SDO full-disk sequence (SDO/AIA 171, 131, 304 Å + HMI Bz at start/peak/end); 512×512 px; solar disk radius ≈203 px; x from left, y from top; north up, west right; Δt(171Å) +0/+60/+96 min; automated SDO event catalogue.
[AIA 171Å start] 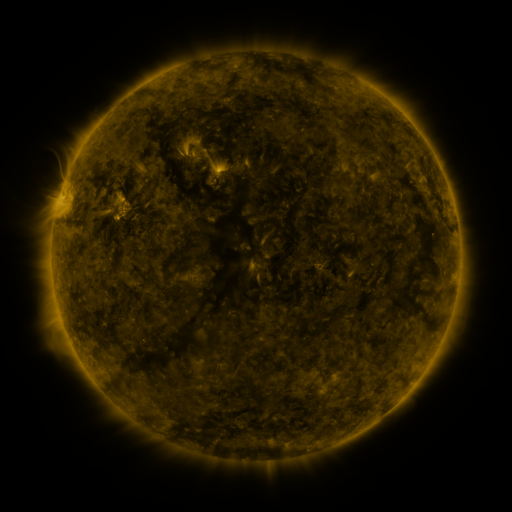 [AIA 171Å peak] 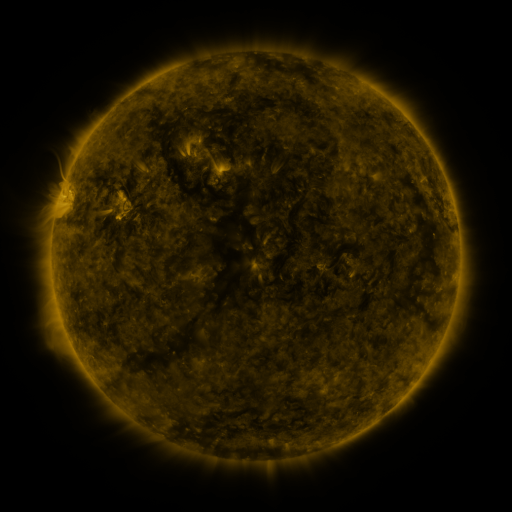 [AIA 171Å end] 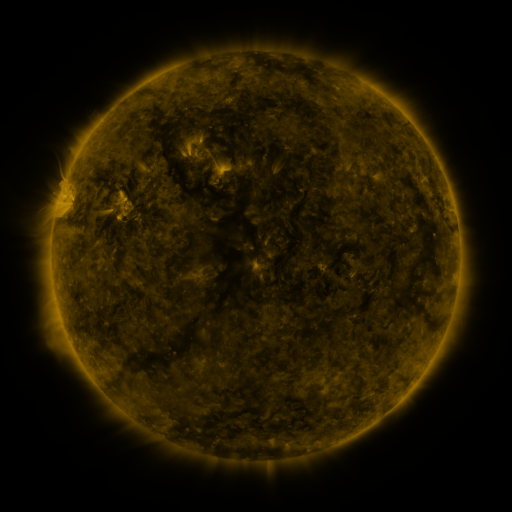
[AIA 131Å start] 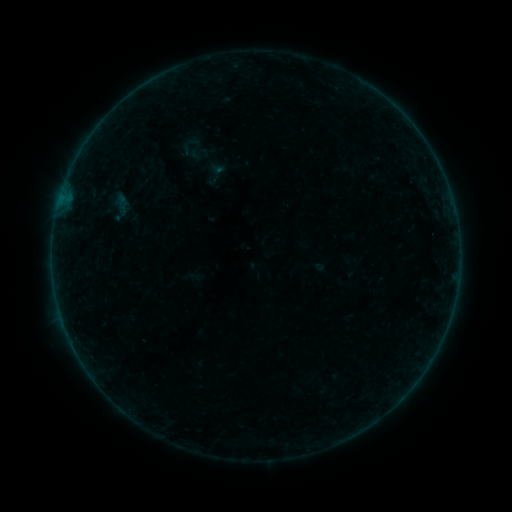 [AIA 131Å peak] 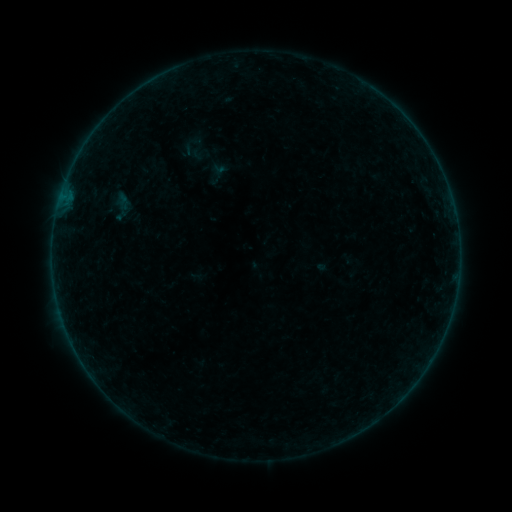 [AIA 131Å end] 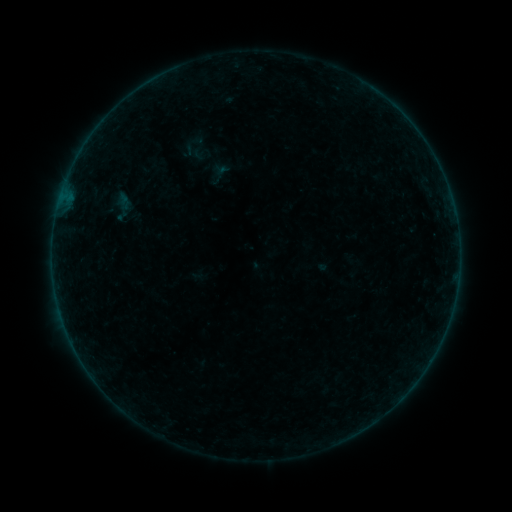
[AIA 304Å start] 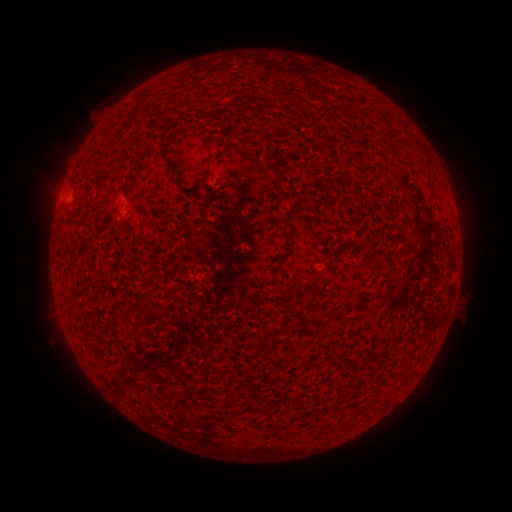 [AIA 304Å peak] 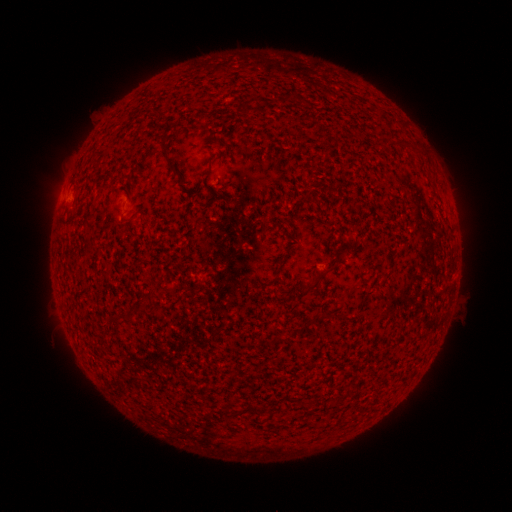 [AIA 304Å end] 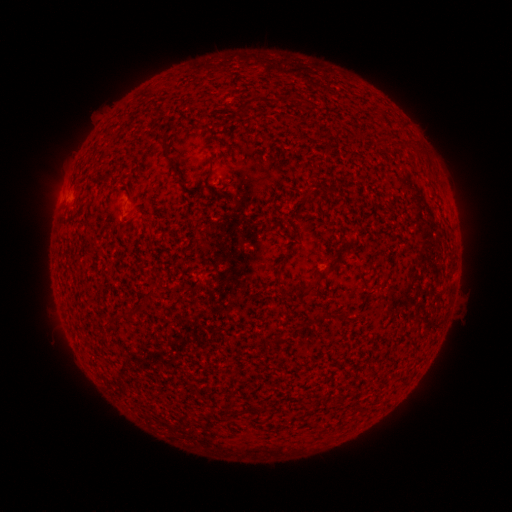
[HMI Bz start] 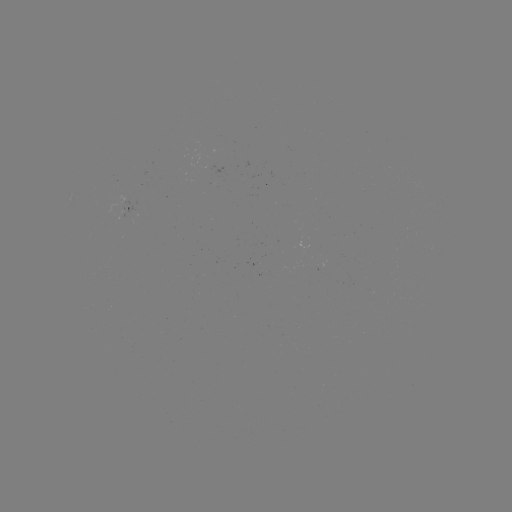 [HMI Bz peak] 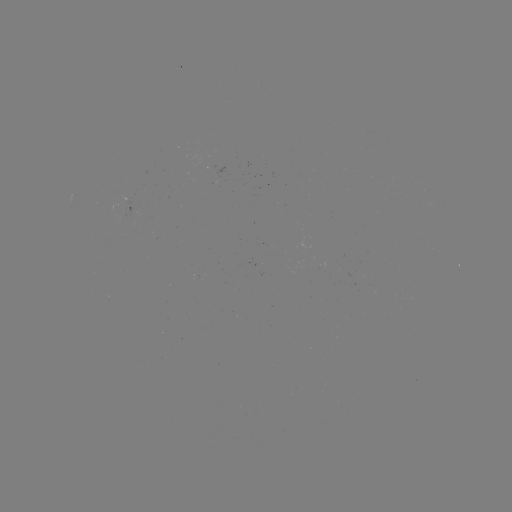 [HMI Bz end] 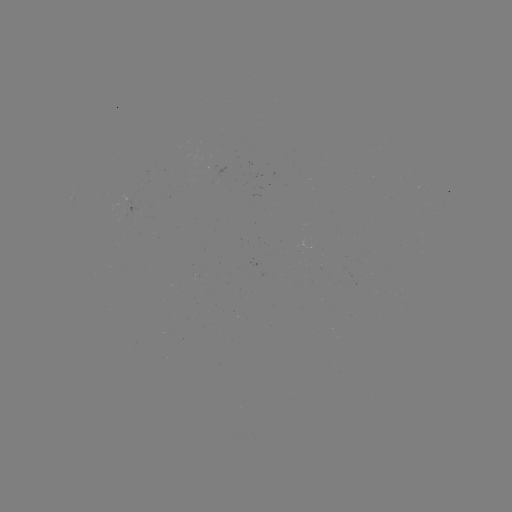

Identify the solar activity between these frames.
emerging-flux region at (122, 216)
